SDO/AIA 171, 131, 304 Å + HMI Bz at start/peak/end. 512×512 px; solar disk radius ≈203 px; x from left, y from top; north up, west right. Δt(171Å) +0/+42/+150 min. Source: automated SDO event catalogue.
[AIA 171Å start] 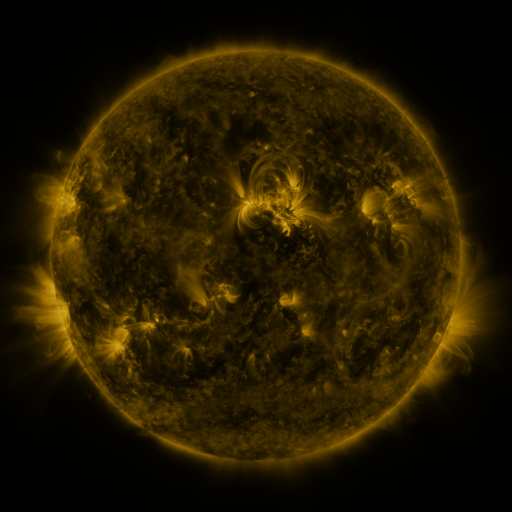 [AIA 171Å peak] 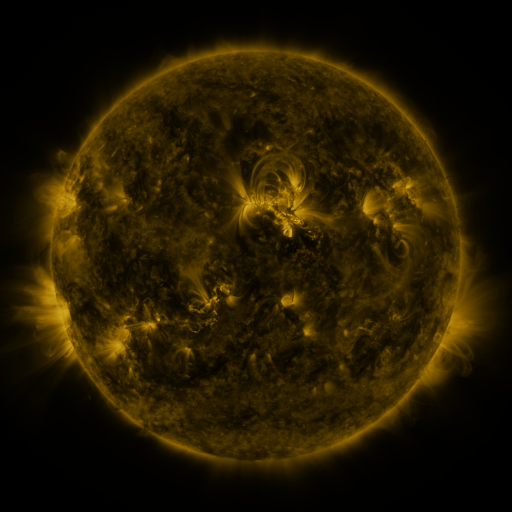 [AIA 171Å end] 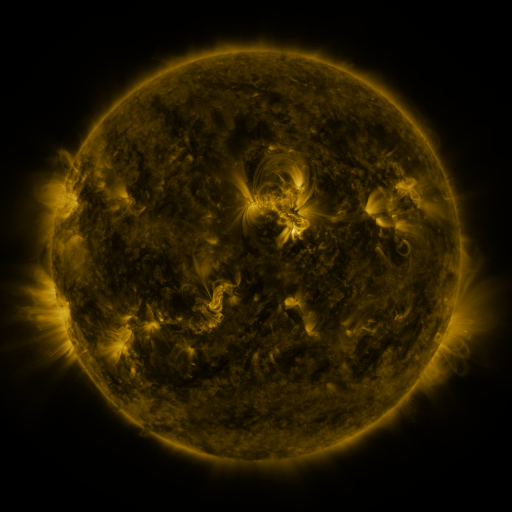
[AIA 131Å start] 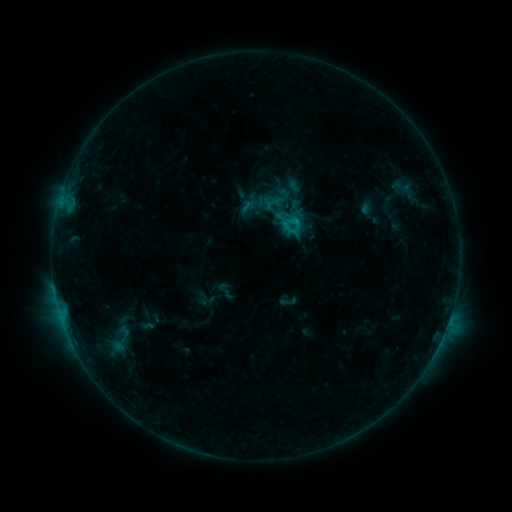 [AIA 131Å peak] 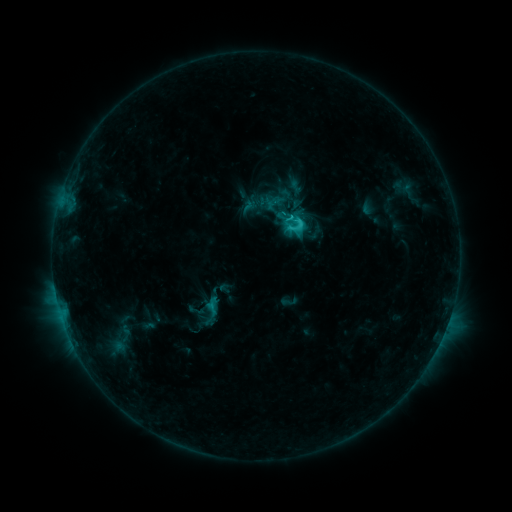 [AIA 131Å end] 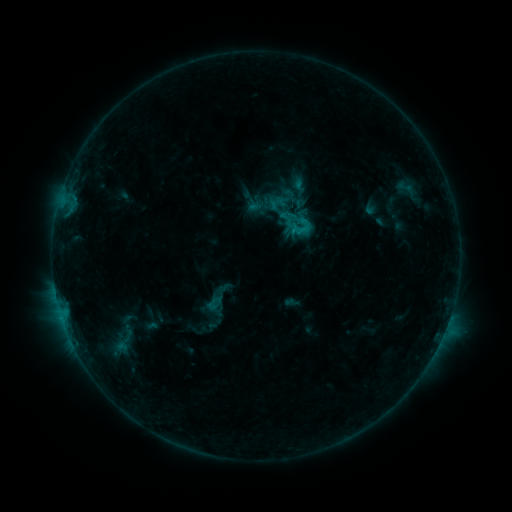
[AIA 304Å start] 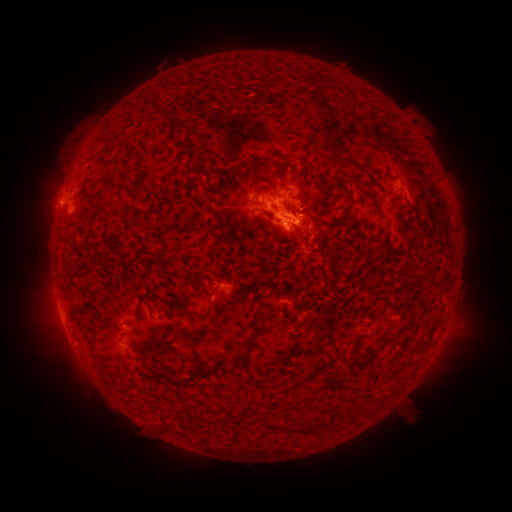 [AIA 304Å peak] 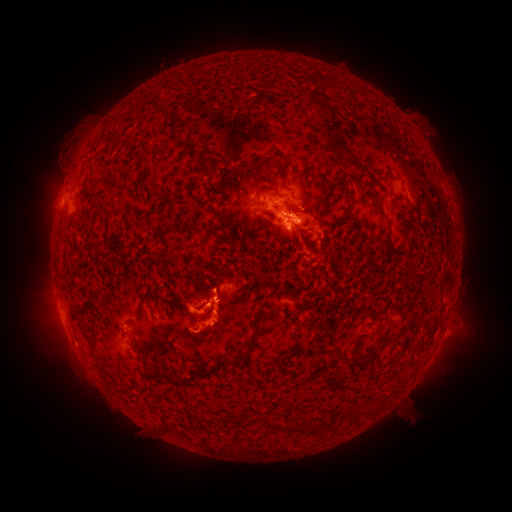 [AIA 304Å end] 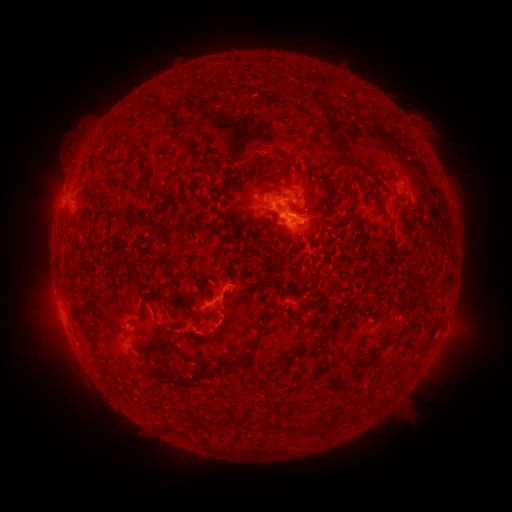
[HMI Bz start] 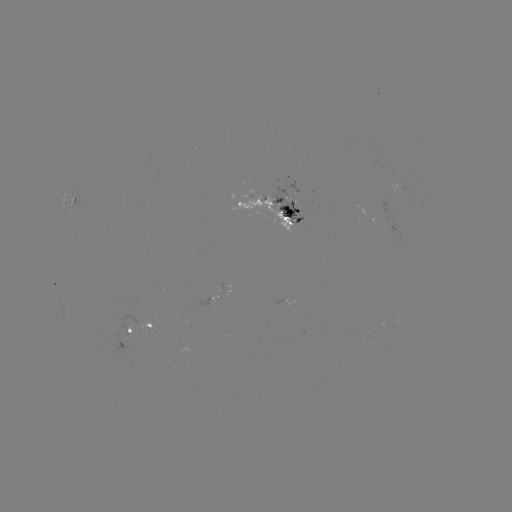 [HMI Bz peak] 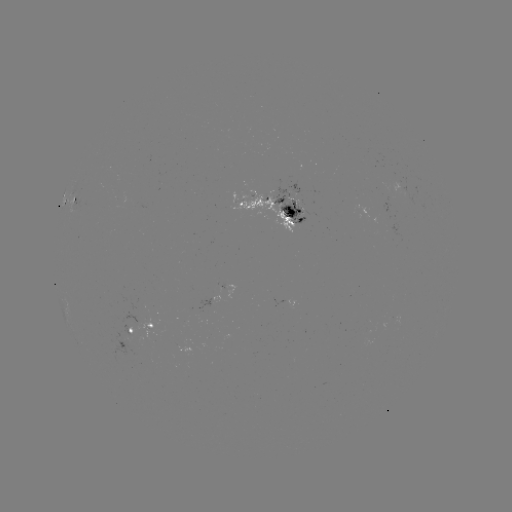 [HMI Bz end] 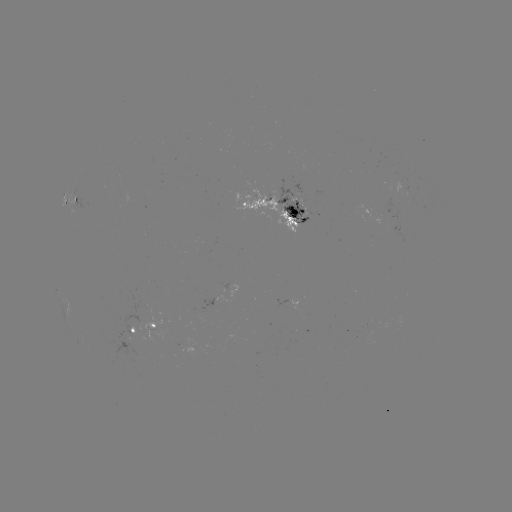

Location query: C3.2 flare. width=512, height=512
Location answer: [298, 227].